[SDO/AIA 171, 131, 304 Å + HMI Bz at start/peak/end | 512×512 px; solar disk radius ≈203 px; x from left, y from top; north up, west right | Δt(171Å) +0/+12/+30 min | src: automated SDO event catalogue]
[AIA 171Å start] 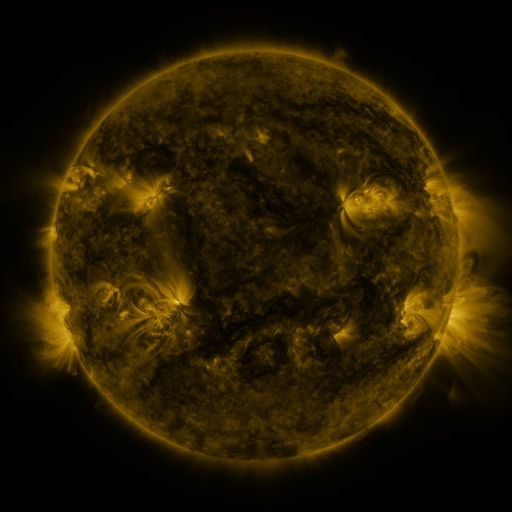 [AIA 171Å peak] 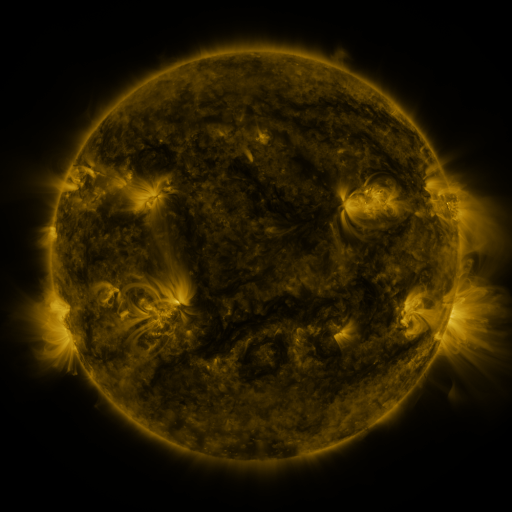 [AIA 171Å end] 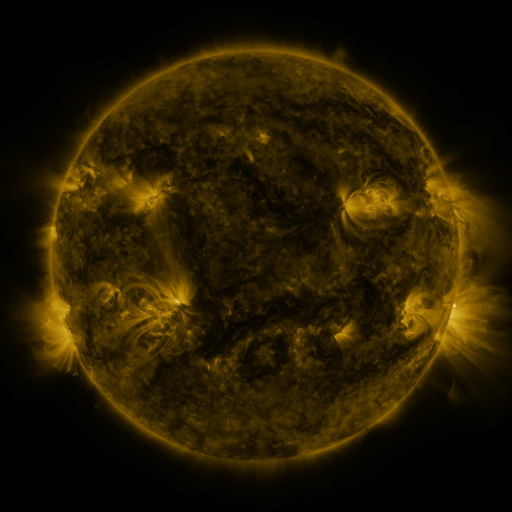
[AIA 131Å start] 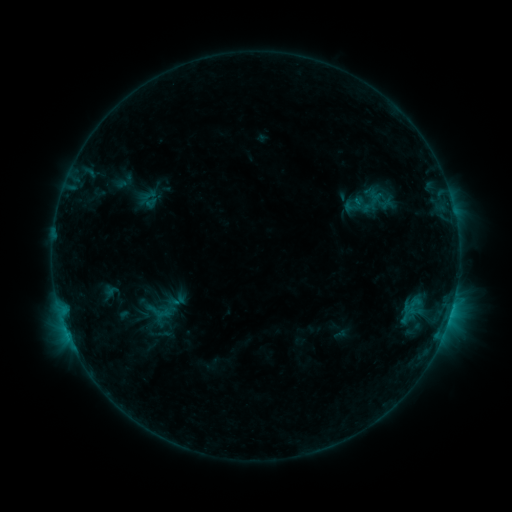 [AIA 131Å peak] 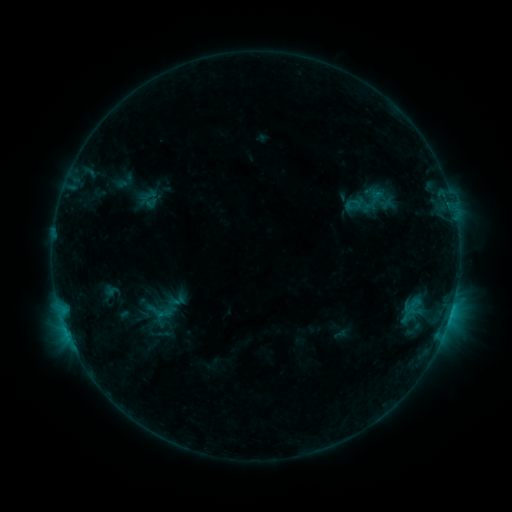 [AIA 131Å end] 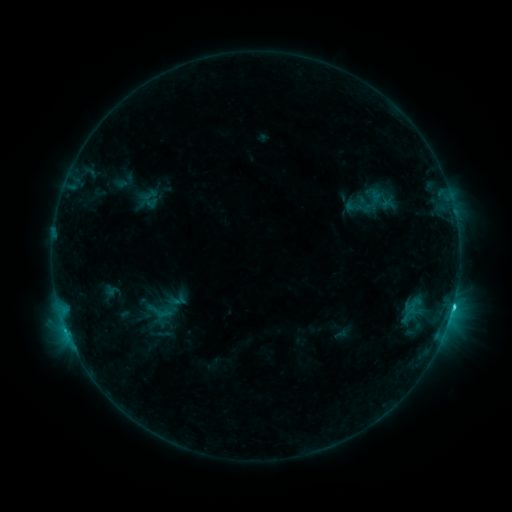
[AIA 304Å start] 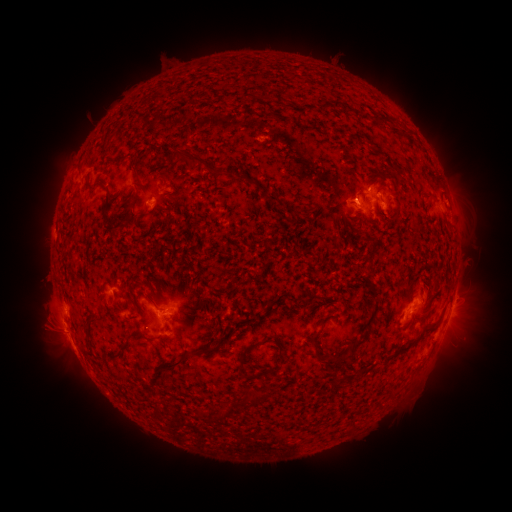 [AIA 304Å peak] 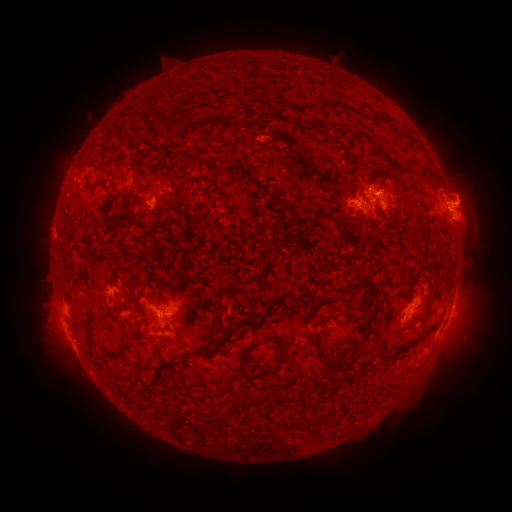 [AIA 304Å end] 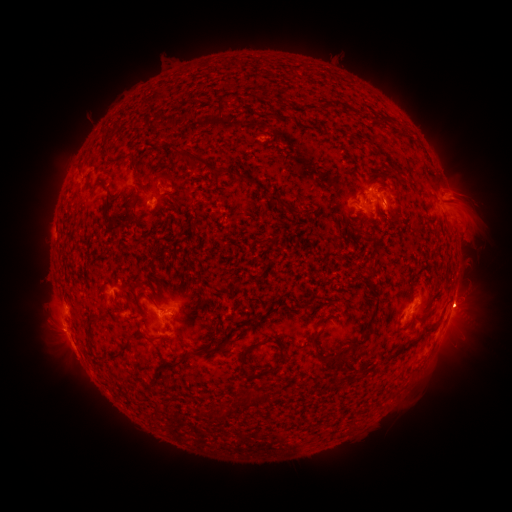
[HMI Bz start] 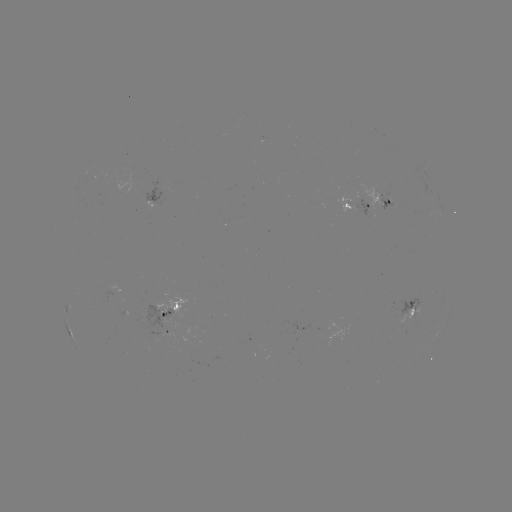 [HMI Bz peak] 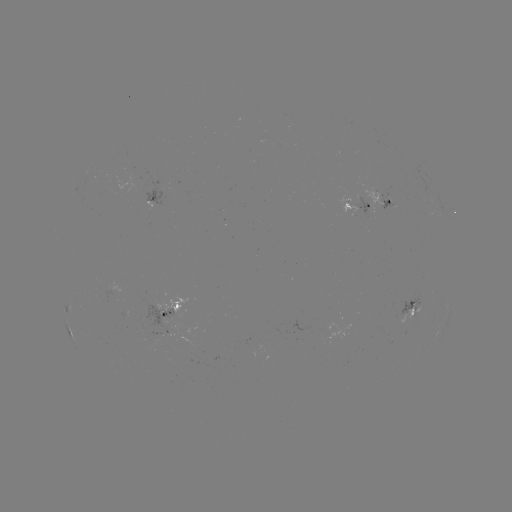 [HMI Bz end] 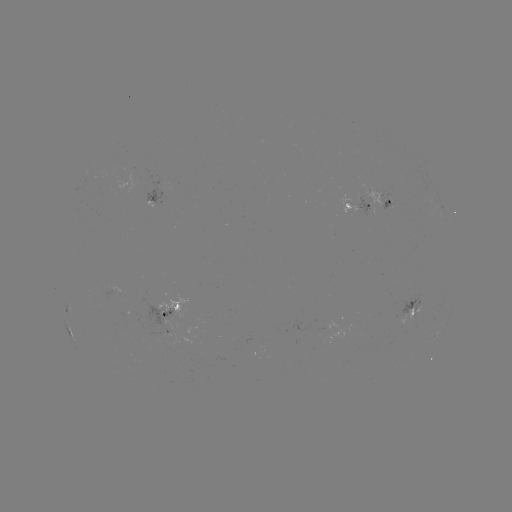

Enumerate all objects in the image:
eruption: (463, 205)
